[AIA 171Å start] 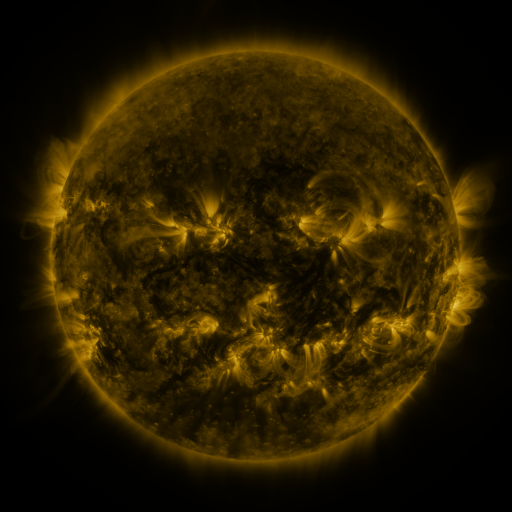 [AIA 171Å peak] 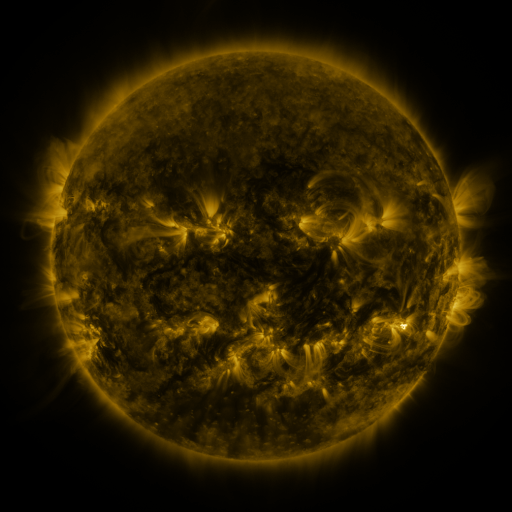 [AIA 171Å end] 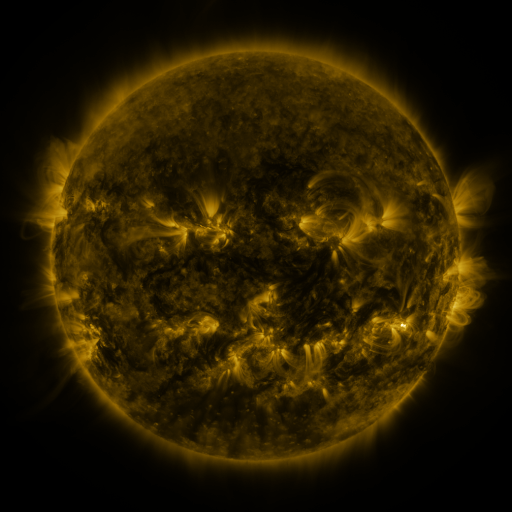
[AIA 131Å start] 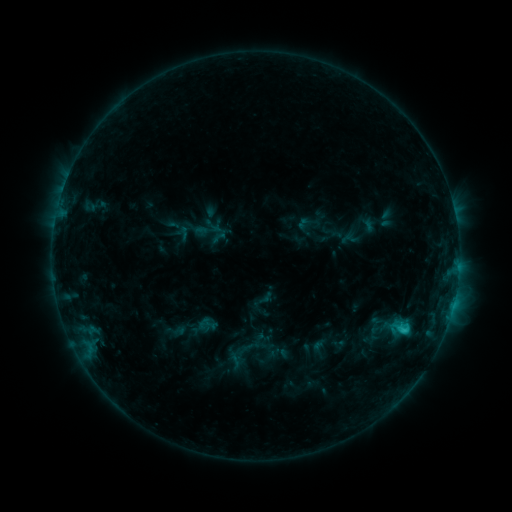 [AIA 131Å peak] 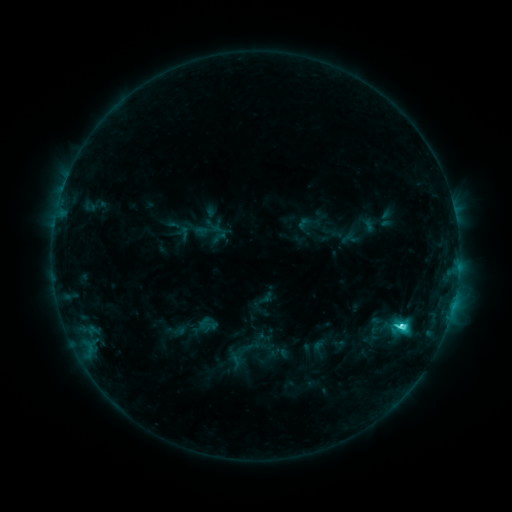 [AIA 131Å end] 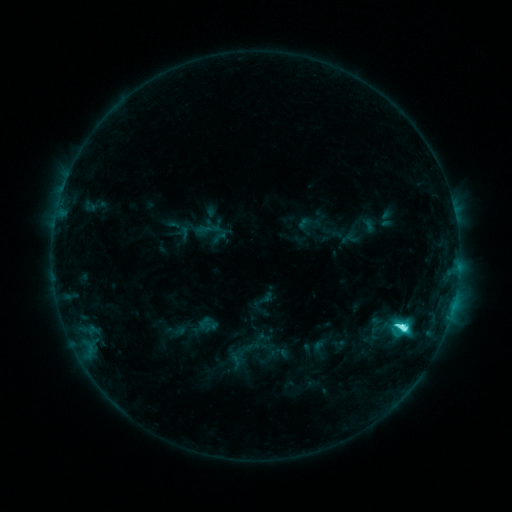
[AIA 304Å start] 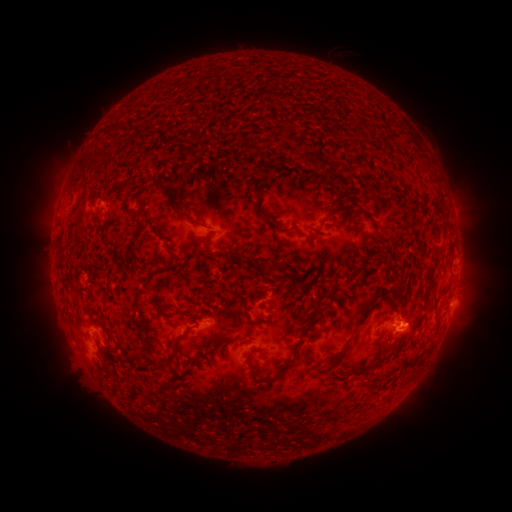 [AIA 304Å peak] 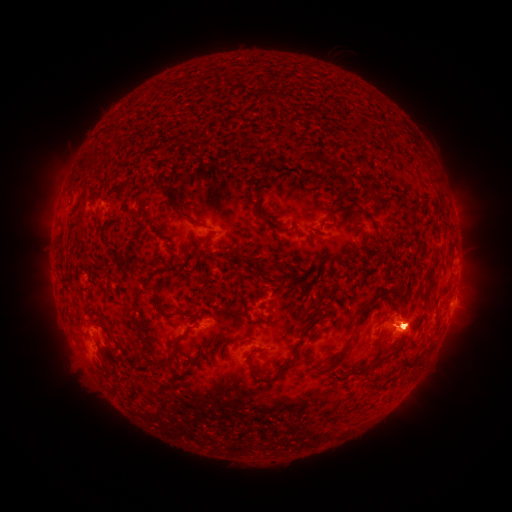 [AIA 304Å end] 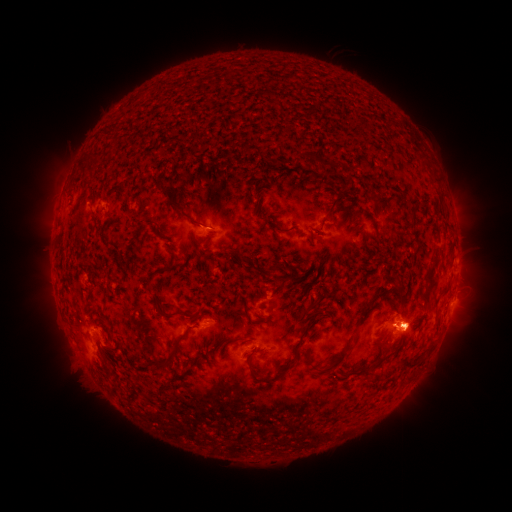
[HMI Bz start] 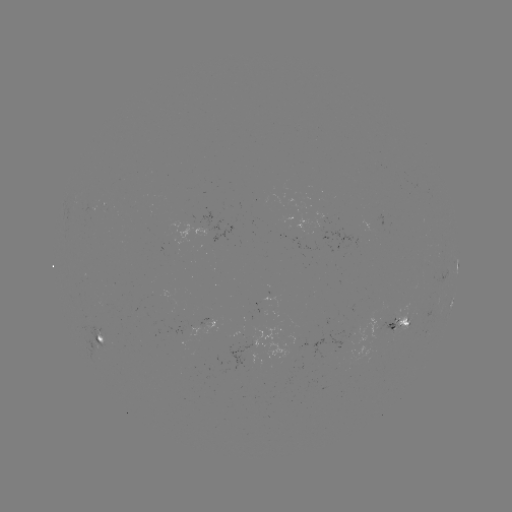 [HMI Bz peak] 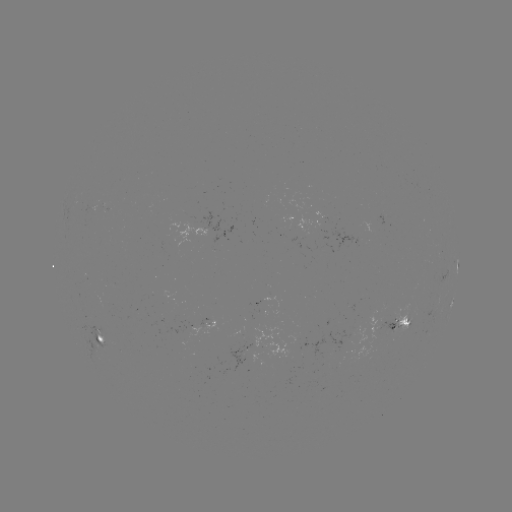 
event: eruption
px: (407, 325)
